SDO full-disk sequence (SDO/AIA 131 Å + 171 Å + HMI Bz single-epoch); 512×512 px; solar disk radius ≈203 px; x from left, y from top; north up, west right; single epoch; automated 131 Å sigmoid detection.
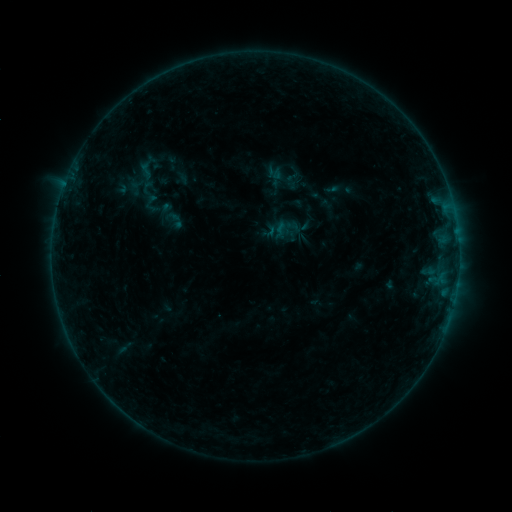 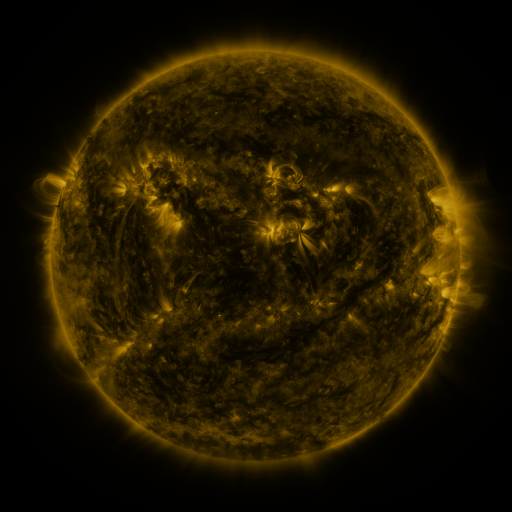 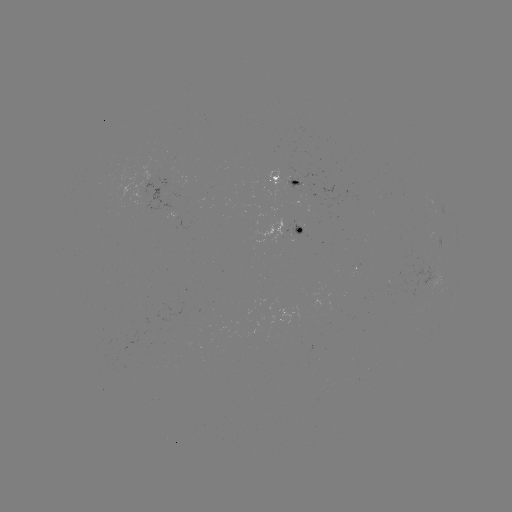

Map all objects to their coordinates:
sigmoid: (284, 227)
